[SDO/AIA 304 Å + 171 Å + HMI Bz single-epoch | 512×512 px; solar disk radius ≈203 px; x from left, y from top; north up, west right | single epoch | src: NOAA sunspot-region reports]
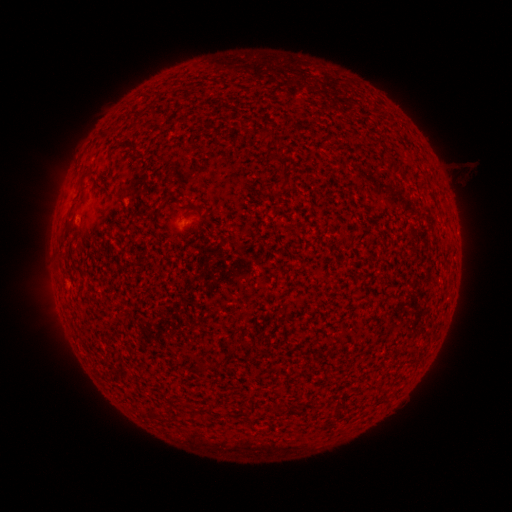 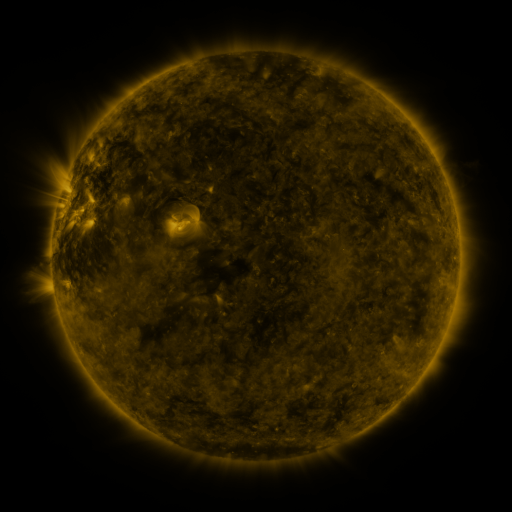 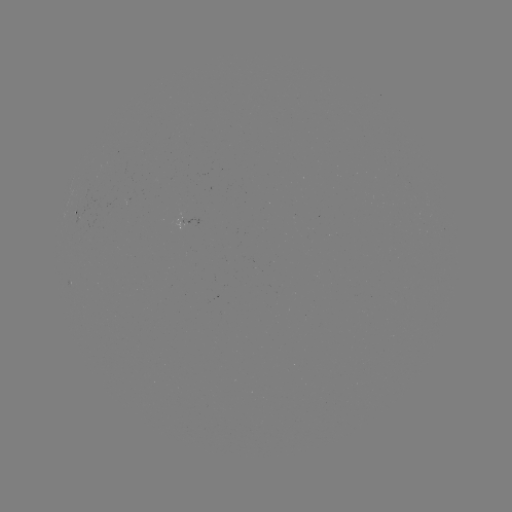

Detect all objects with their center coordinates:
spotted active region: (80, 209)
spotted active region: (183, 223)
